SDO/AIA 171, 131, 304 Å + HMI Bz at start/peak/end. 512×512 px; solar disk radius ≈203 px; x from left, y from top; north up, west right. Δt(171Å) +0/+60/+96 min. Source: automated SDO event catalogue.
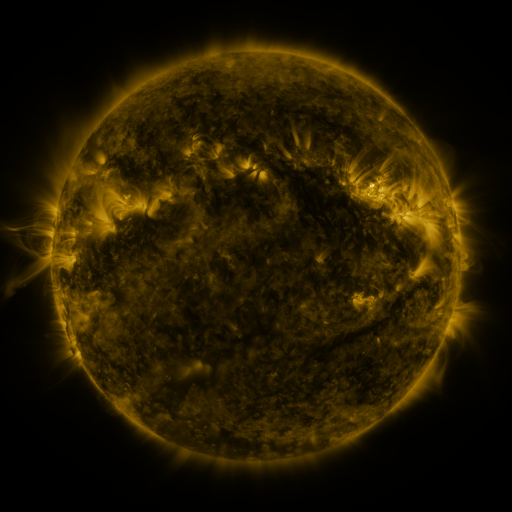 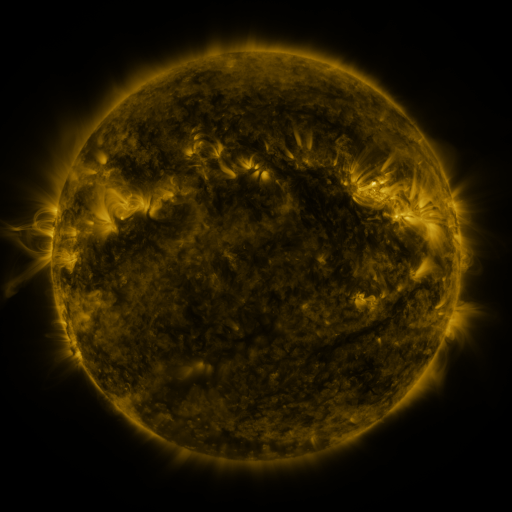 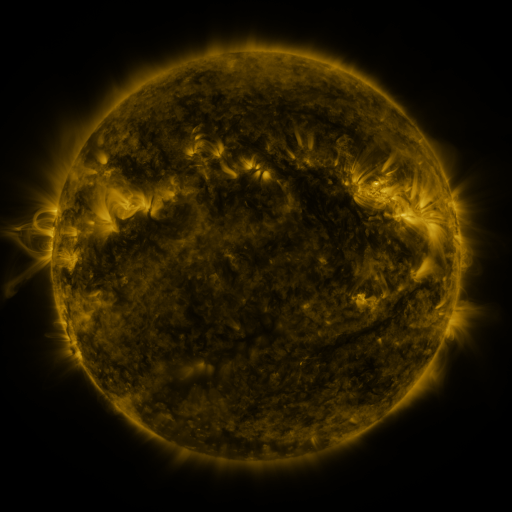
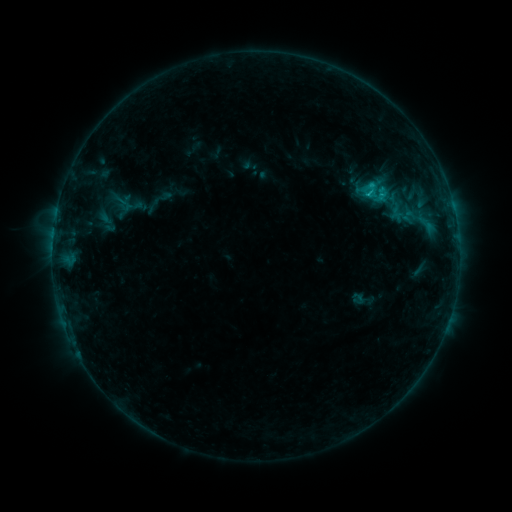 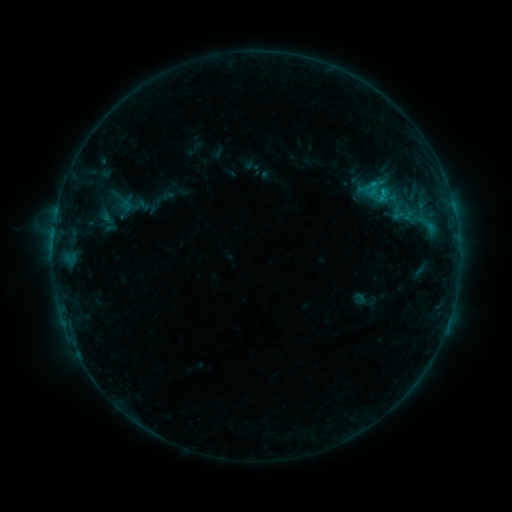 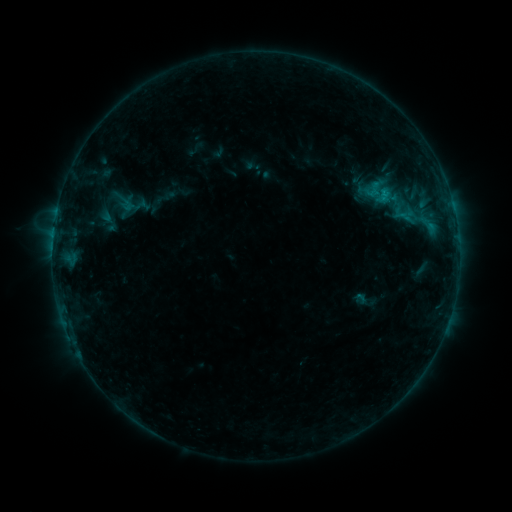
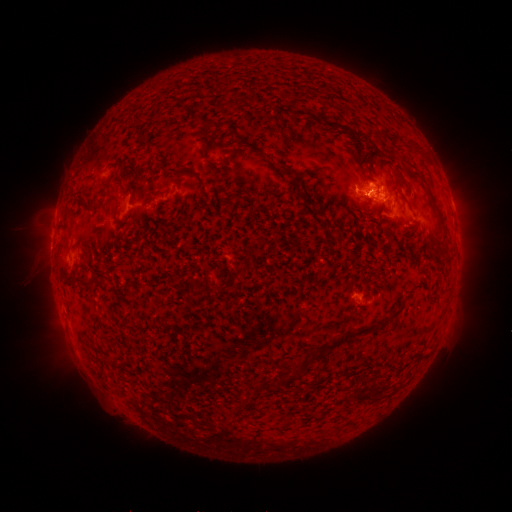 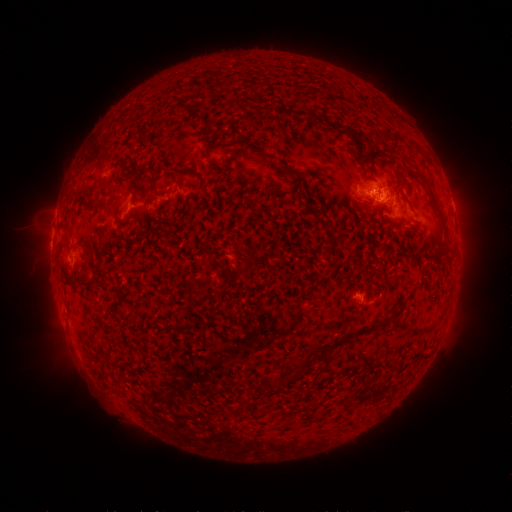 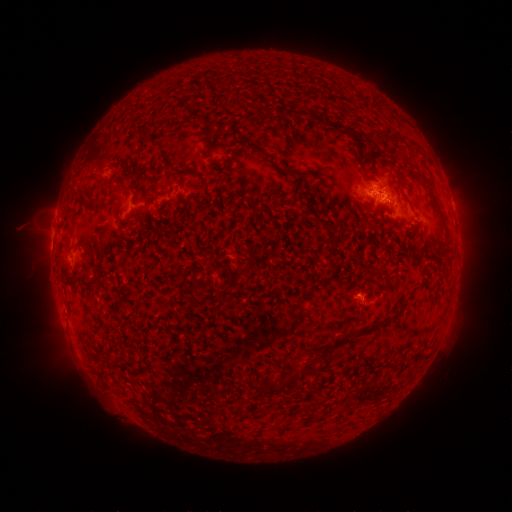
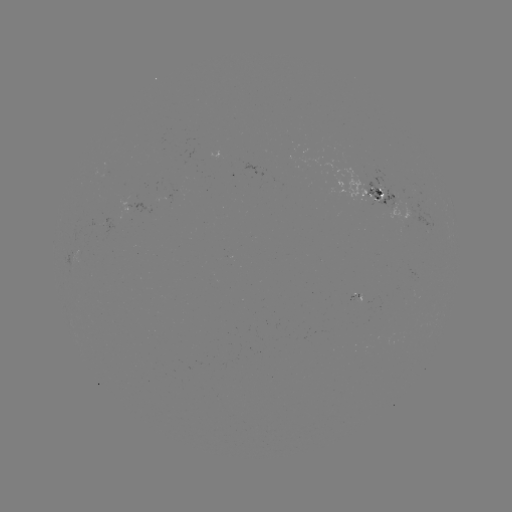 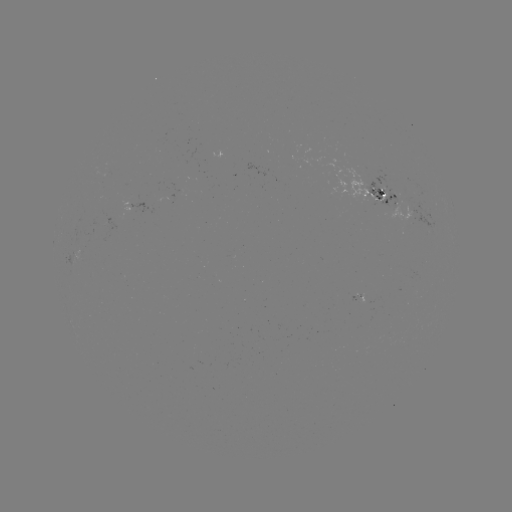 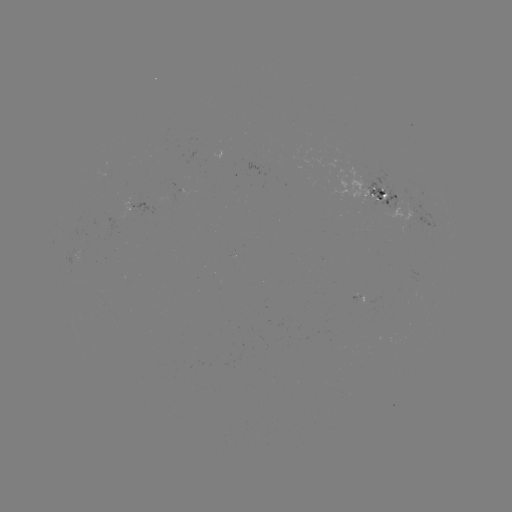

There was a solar emerging-flux region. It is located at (107, 224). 